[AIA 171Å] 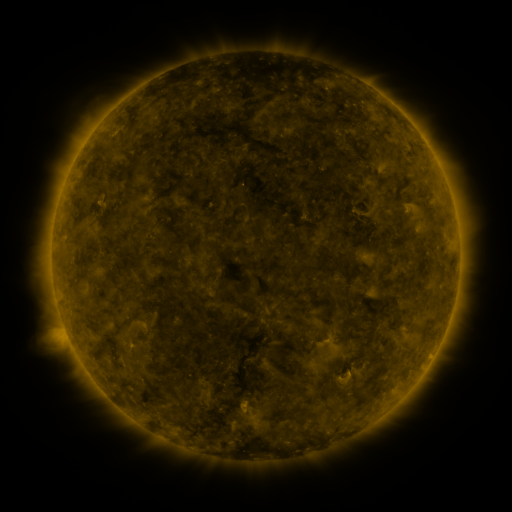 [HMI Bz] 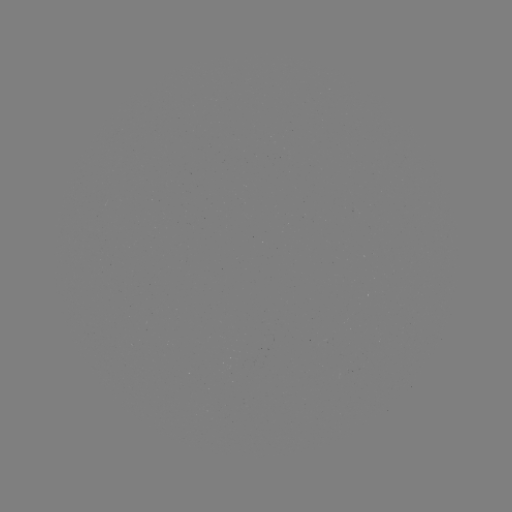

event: sigmoid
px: (344, 376)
